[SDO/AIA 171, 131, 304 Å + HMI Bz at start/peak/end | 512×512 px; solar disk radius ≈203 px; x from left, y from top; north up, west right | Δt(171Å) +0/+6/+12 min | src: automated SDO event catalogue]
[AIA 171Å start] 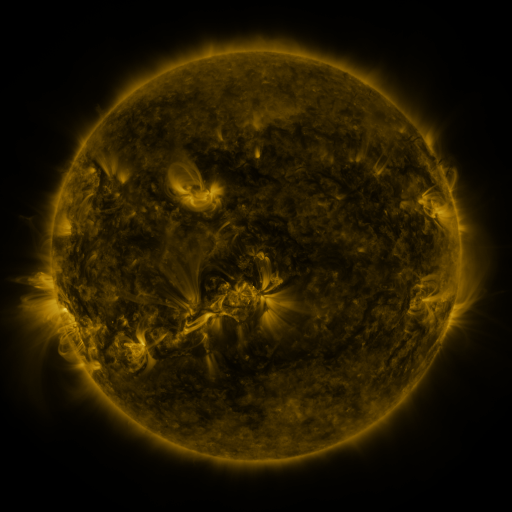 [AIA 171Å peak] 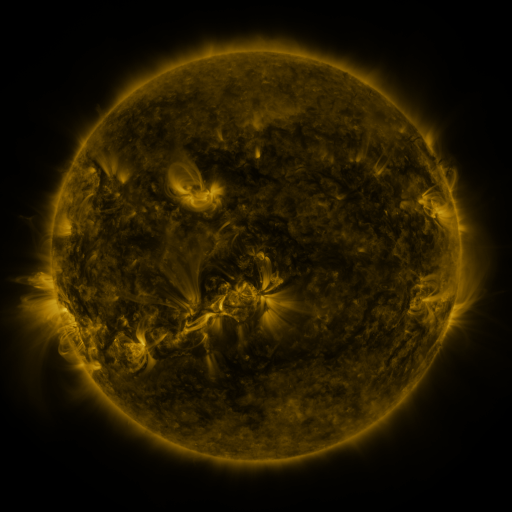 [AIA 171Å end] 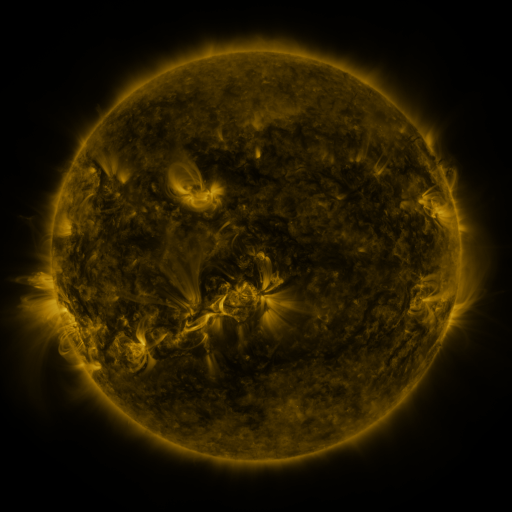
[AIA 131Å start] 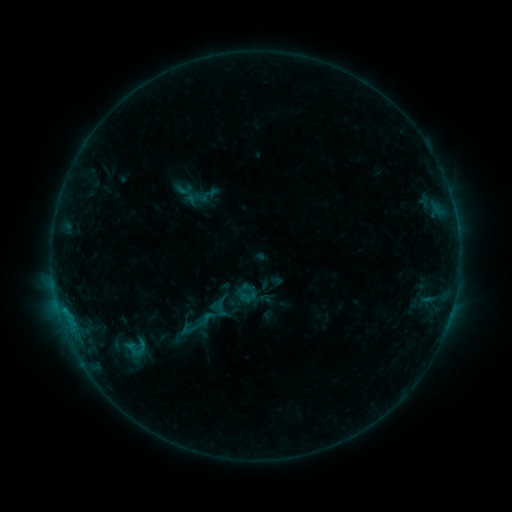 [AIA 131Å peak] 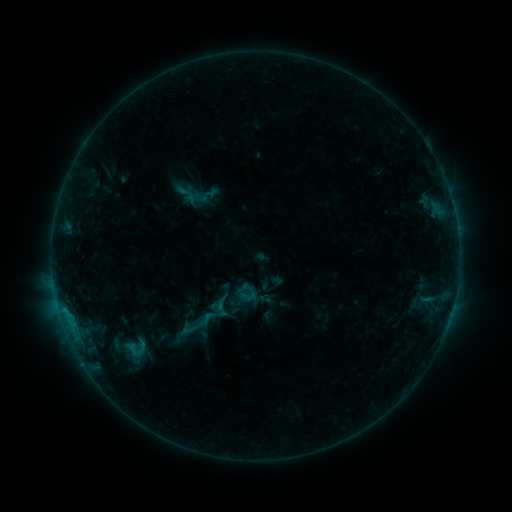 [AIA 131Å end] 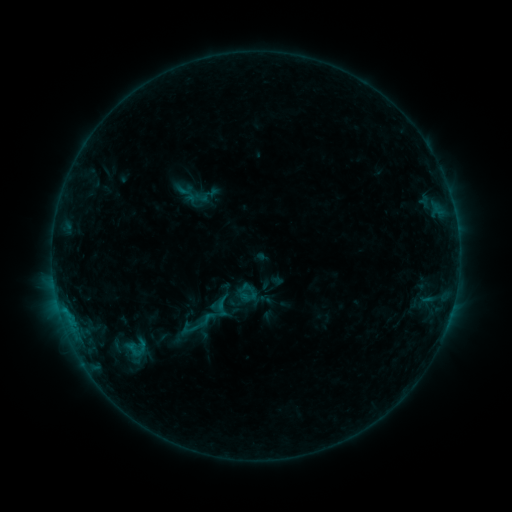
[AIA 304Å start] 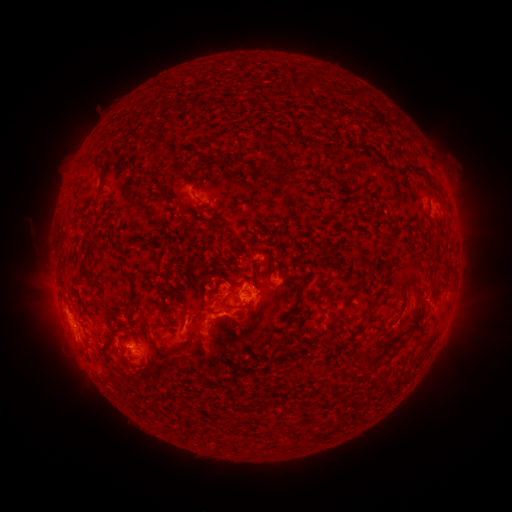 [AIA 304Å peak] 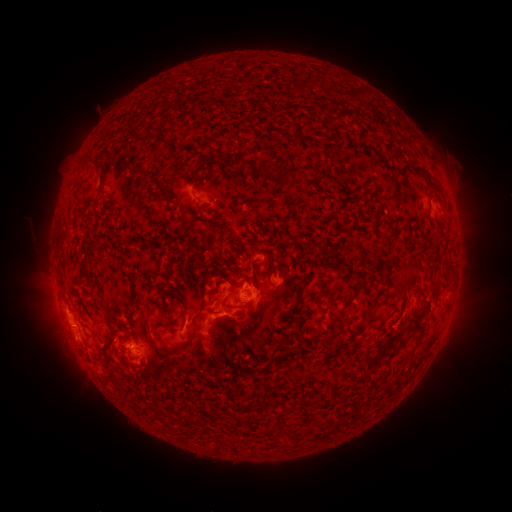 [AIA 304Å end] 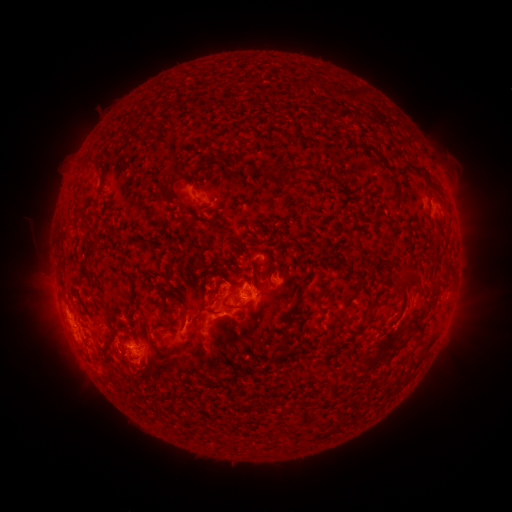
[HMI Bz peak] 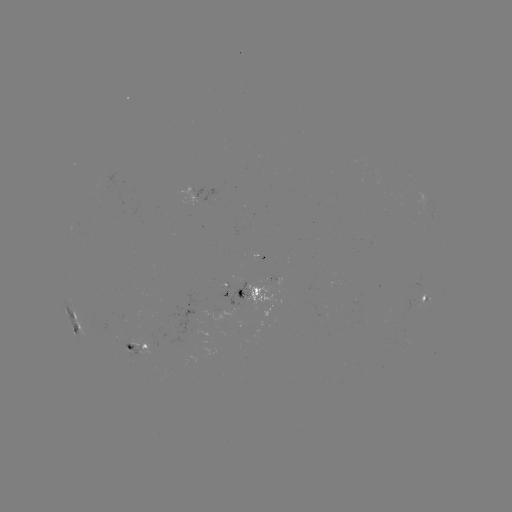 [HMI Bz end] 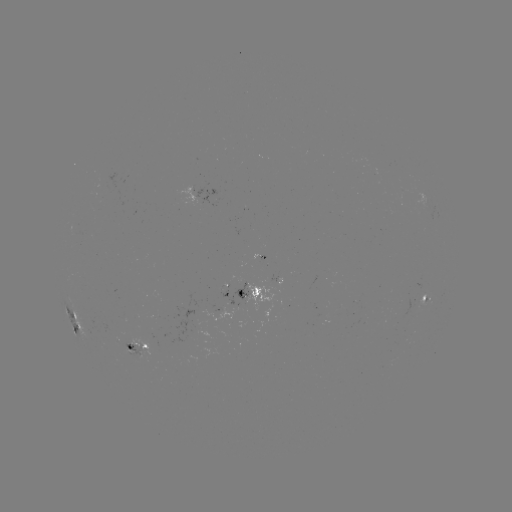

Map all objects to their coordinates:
eruption: (428, 304)
